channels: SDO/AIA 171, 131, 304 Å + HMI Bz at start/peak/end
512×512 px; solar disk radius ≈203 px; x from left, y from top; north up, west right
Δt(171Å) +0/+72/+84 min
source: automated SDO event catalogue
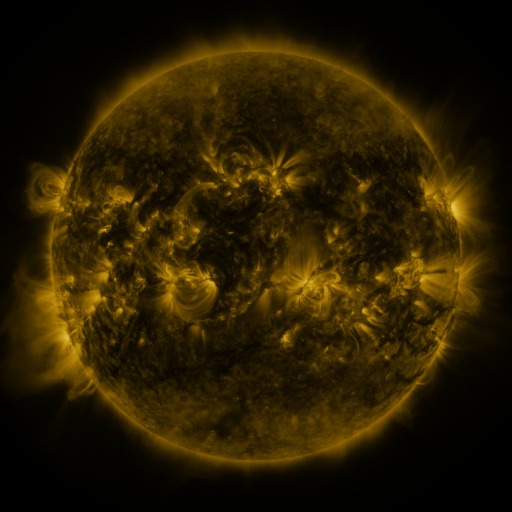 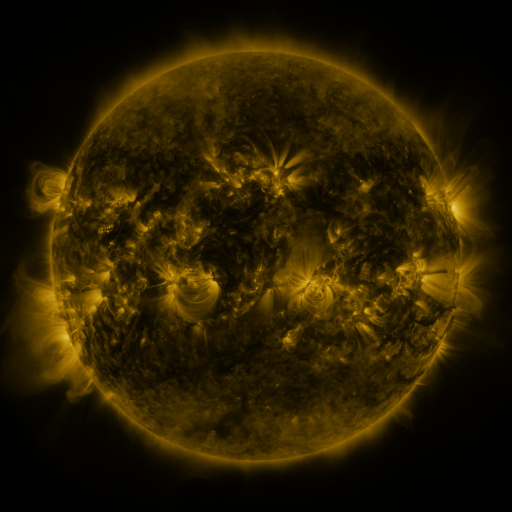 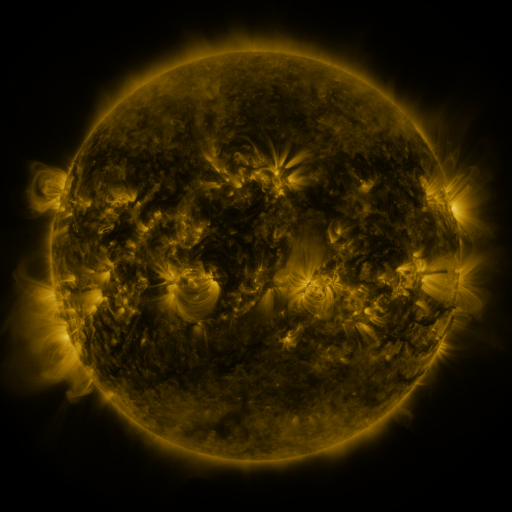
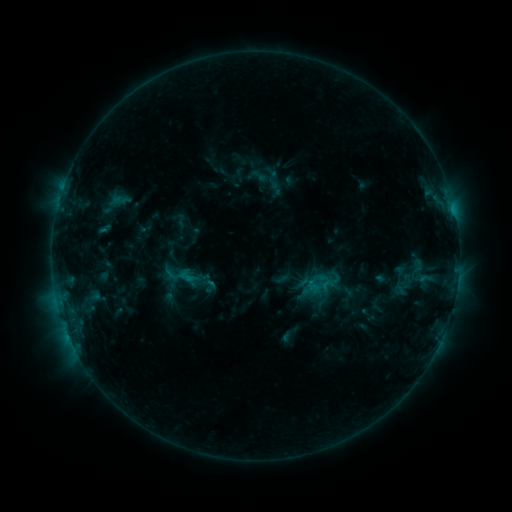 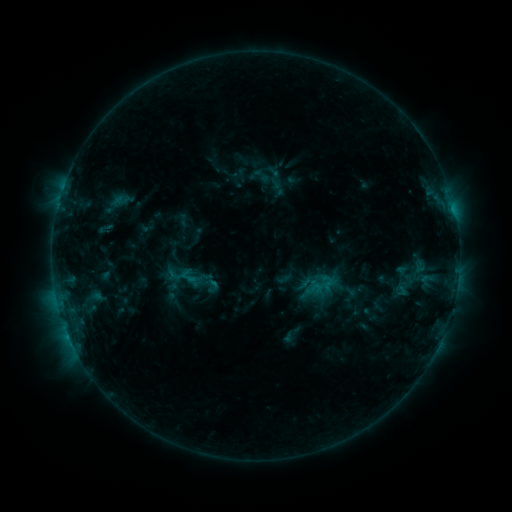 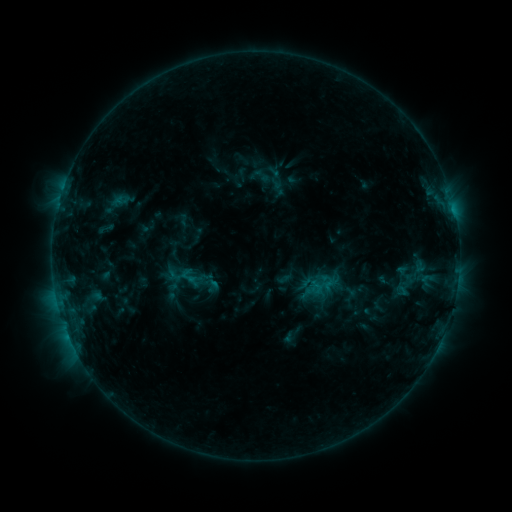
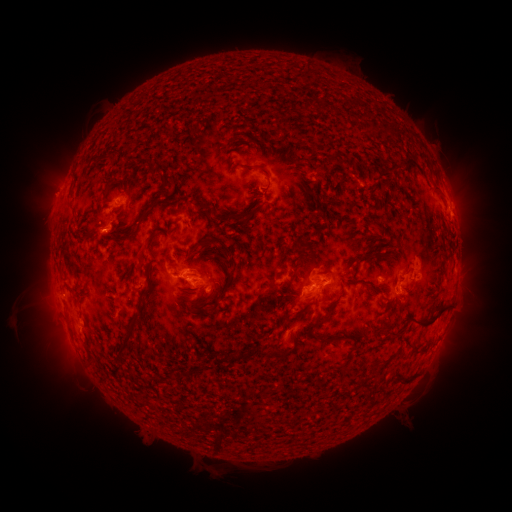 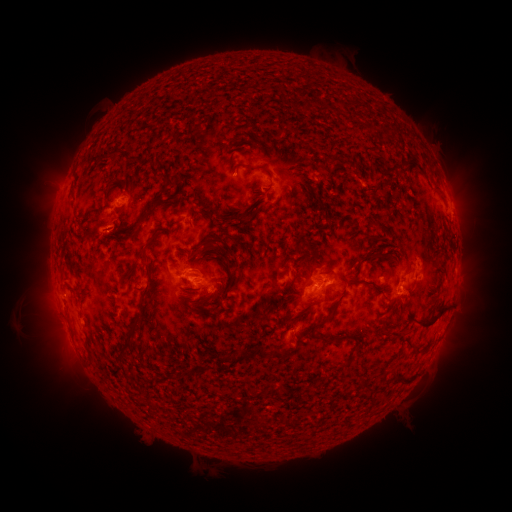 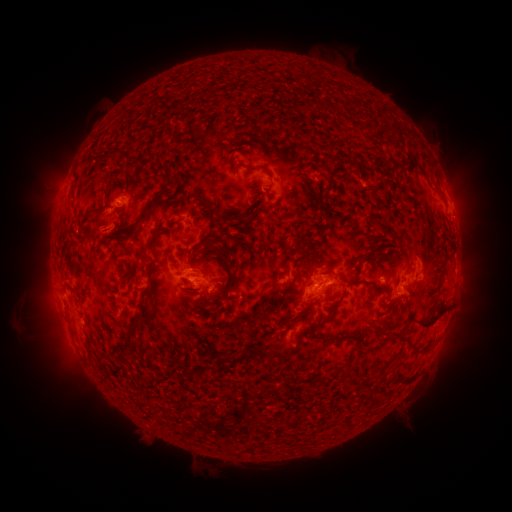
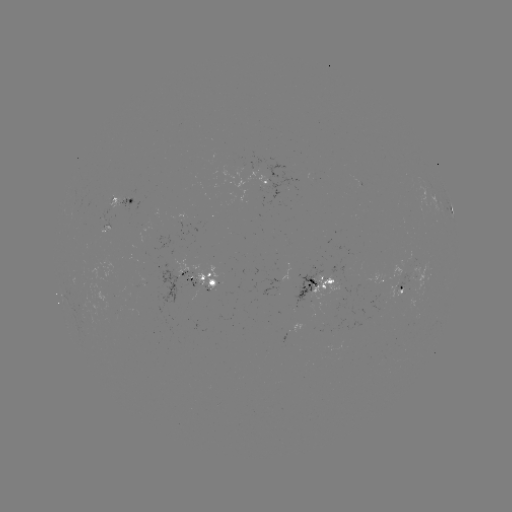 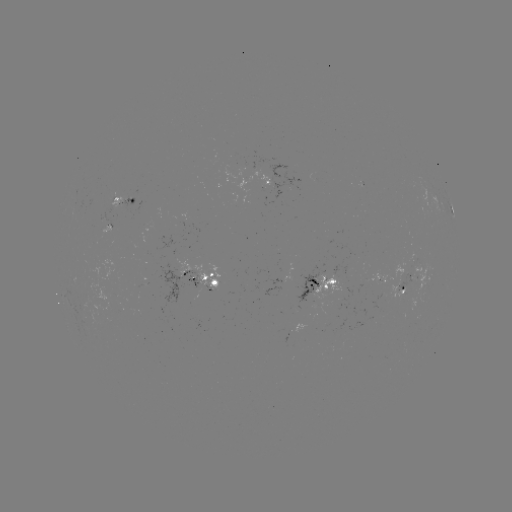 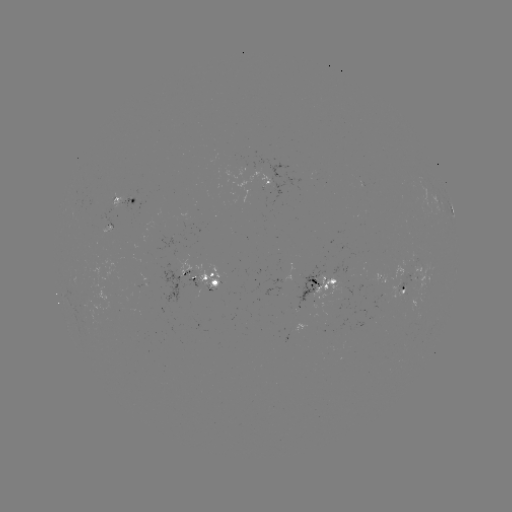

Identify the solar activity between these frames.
emerging-flux region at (193, 279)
